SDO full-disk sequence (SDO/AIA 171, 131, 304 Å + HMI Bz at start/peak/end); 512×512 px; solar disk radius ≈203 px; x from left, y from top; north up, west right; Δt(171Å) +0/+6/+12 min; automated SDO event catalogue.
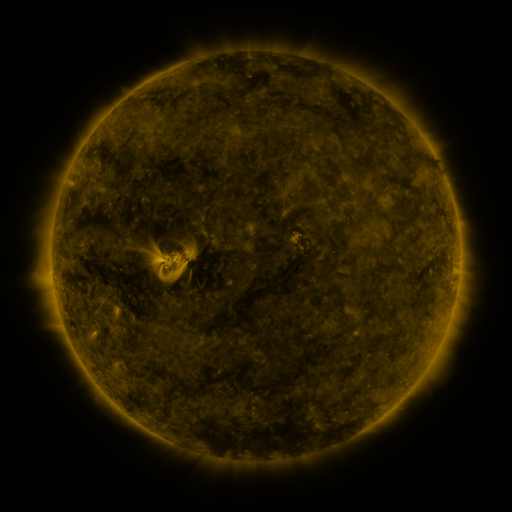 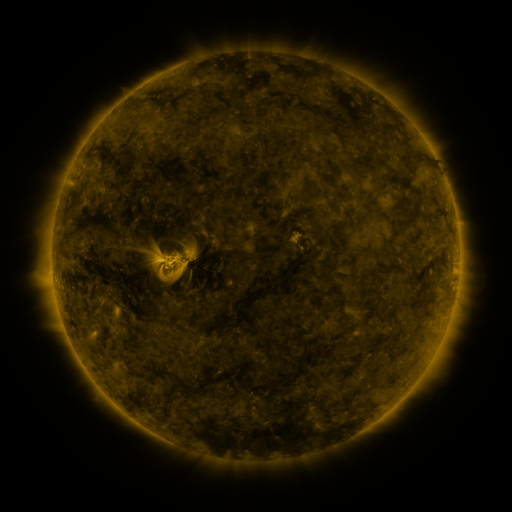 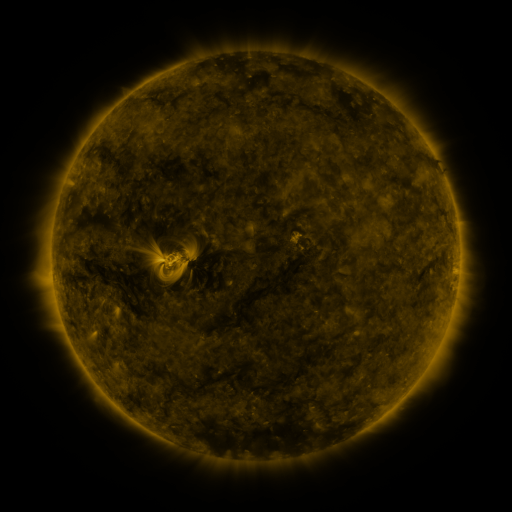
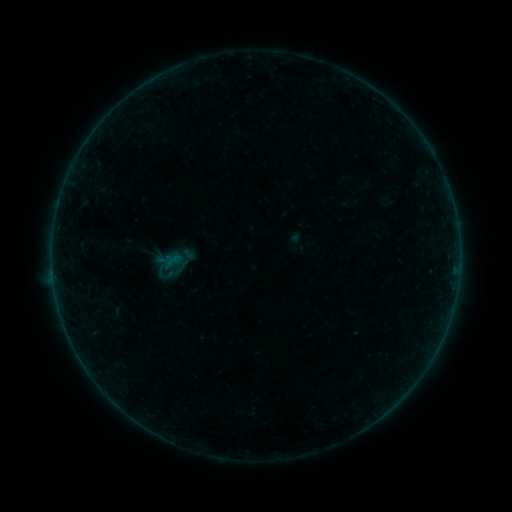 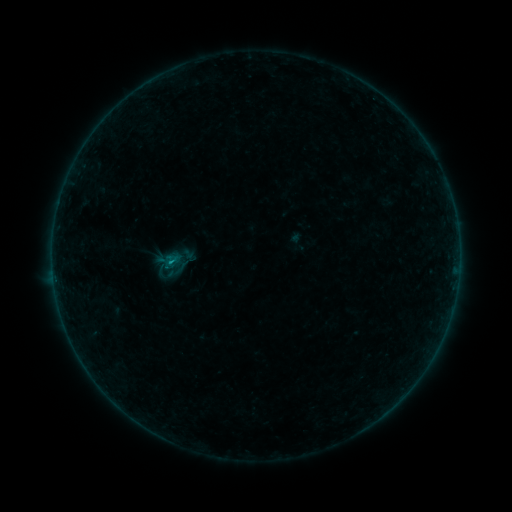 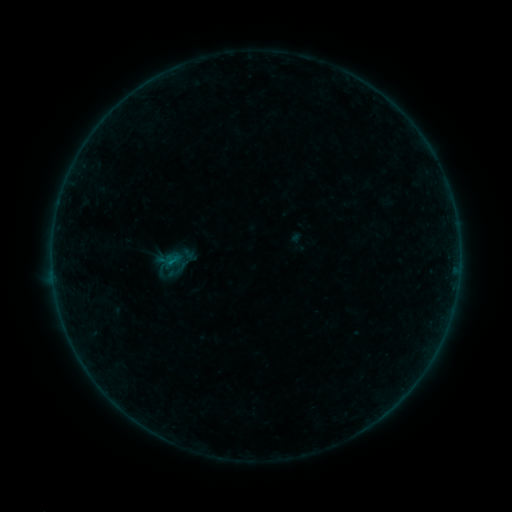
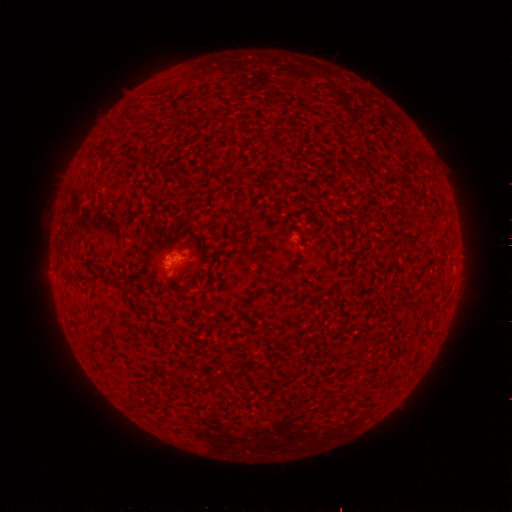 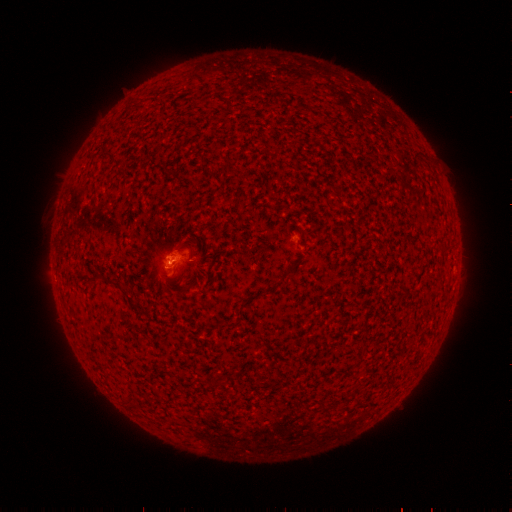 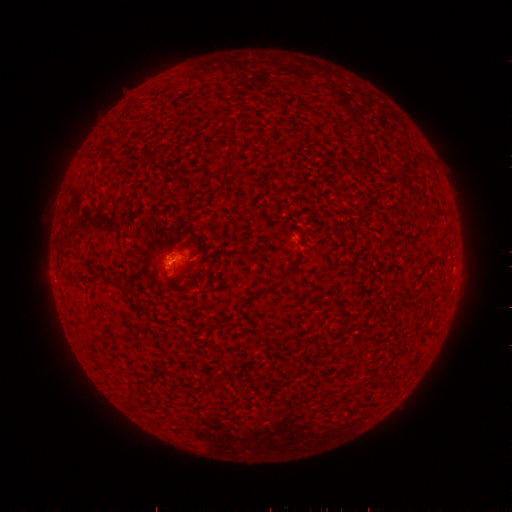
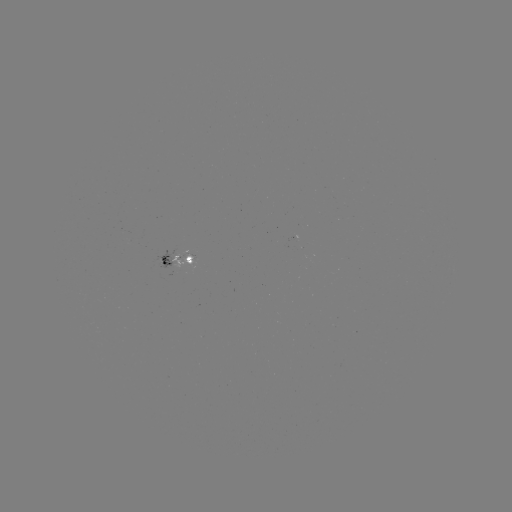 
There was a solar flare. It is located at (173, 259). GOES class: B1.6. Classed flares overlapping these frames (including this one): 1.